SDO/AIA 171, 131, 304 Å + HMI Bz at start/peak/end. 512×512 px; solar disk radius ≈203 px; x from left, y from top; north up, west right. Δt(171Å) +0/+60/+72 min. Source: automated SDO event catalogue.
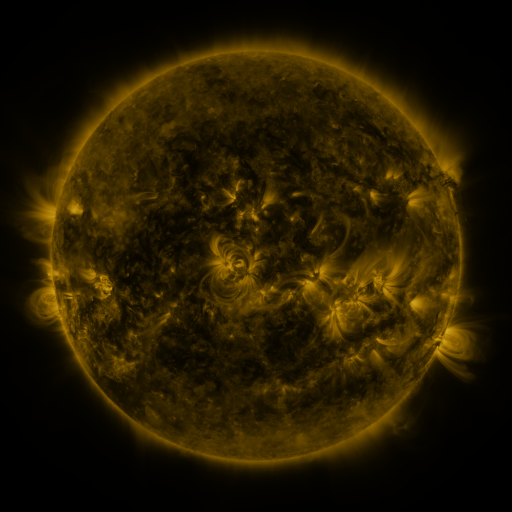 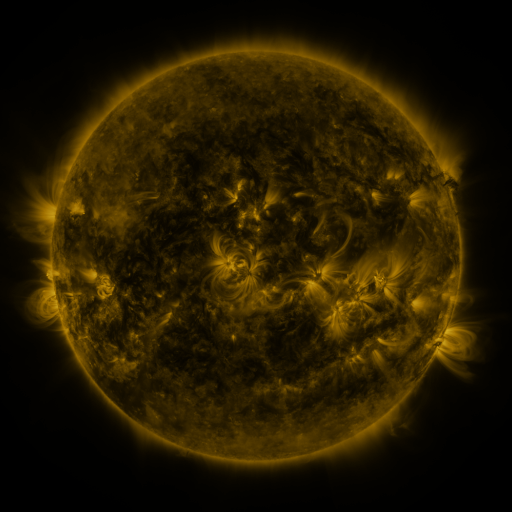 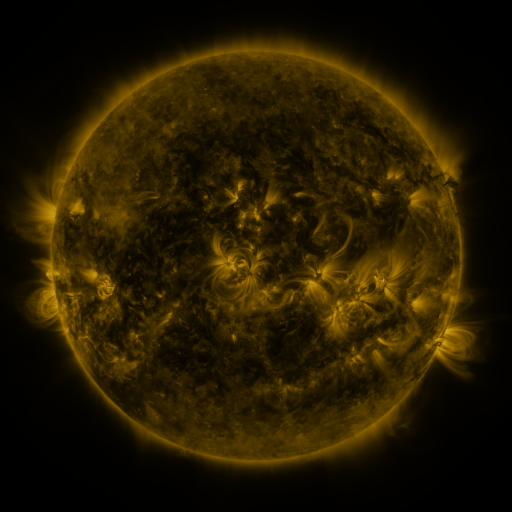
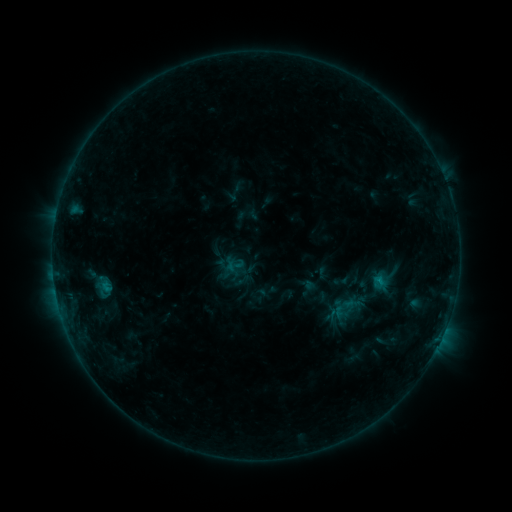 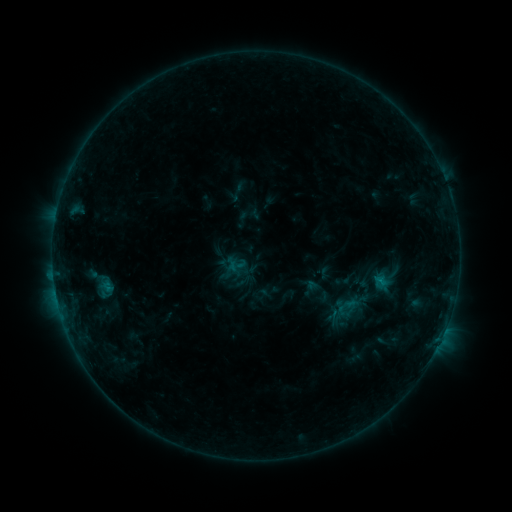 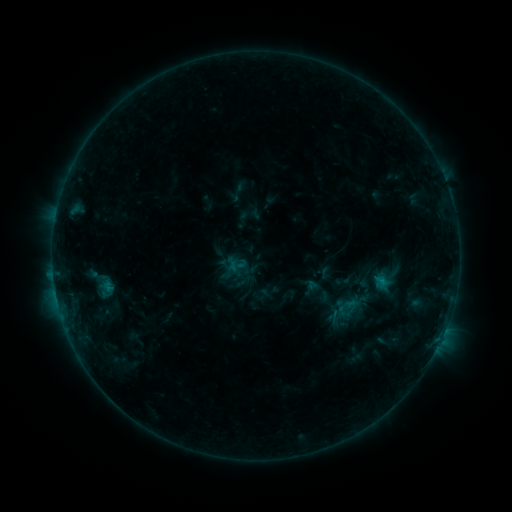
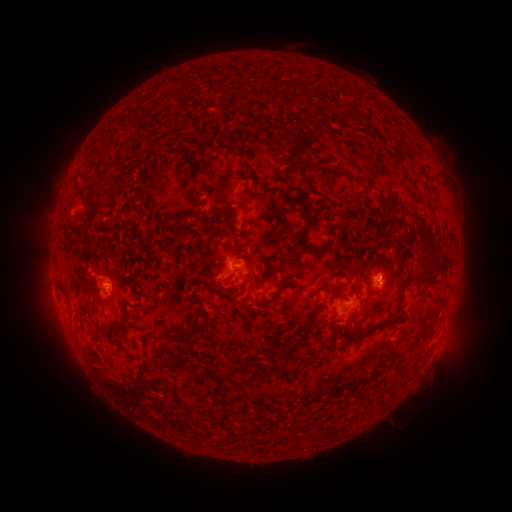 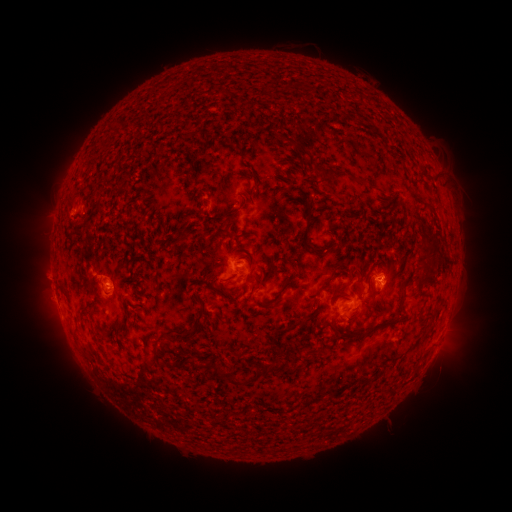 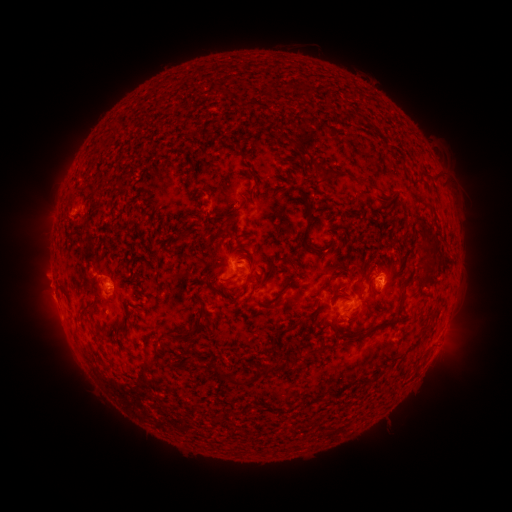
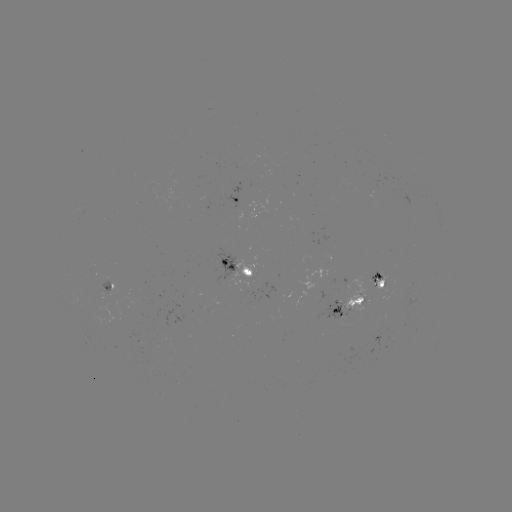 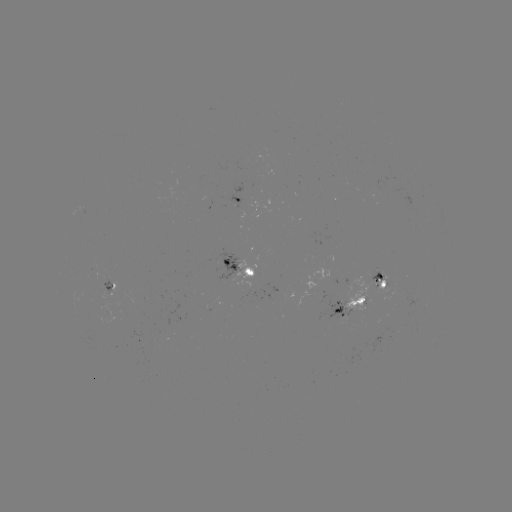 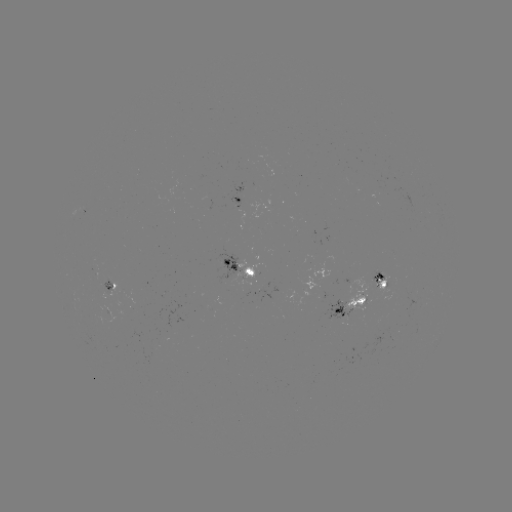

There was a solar emerging-flux region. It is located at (233, 270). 